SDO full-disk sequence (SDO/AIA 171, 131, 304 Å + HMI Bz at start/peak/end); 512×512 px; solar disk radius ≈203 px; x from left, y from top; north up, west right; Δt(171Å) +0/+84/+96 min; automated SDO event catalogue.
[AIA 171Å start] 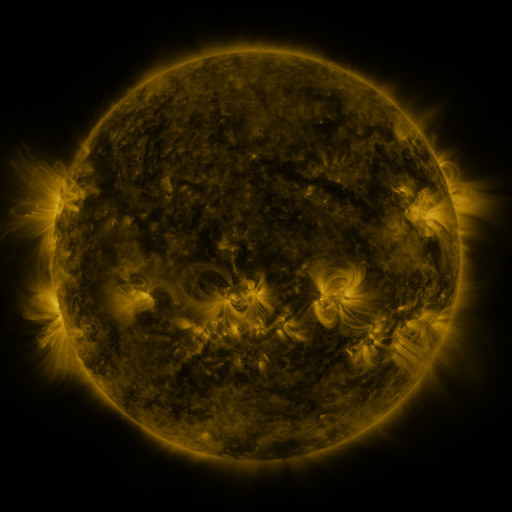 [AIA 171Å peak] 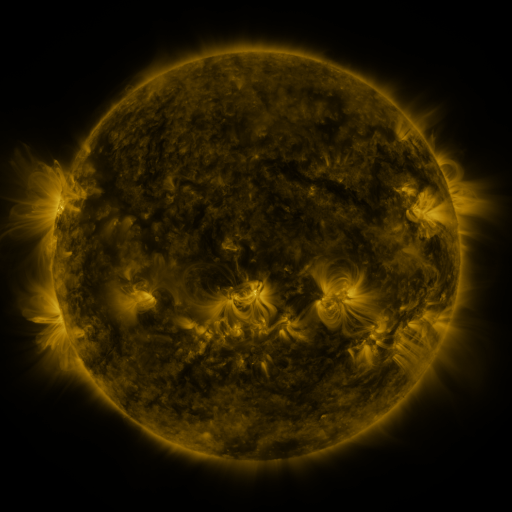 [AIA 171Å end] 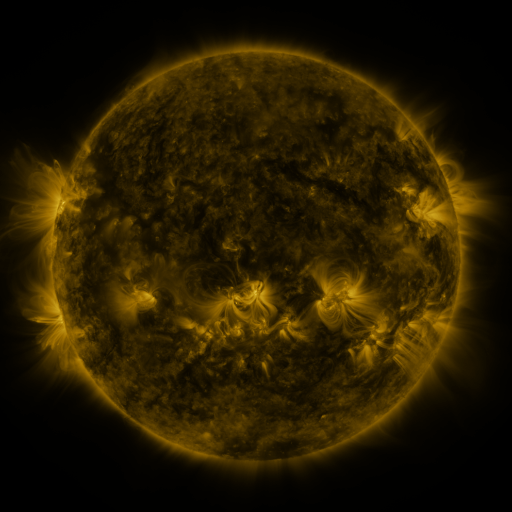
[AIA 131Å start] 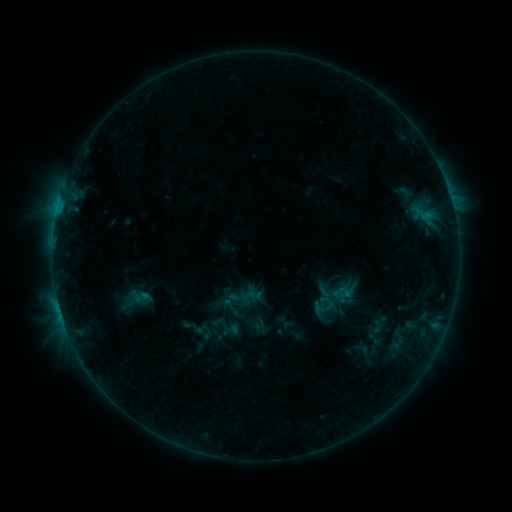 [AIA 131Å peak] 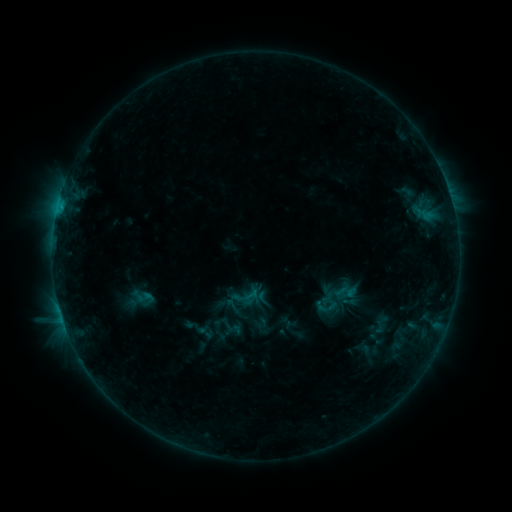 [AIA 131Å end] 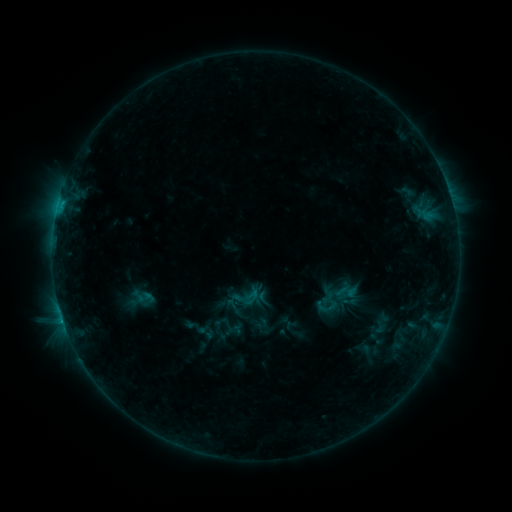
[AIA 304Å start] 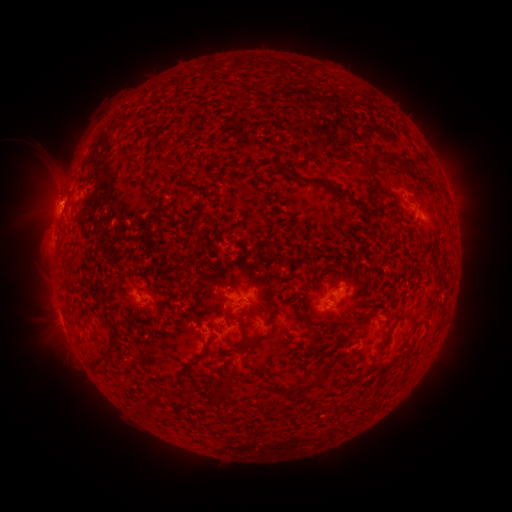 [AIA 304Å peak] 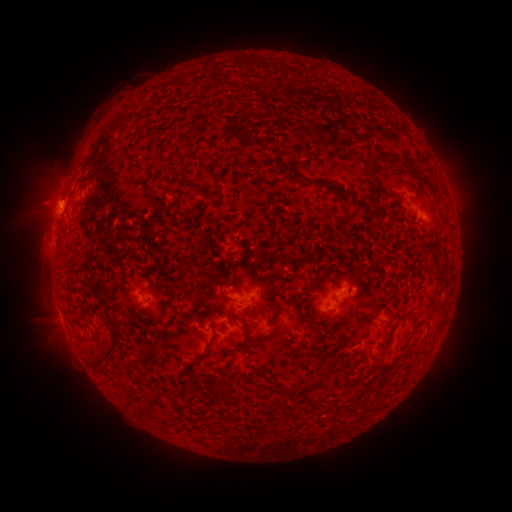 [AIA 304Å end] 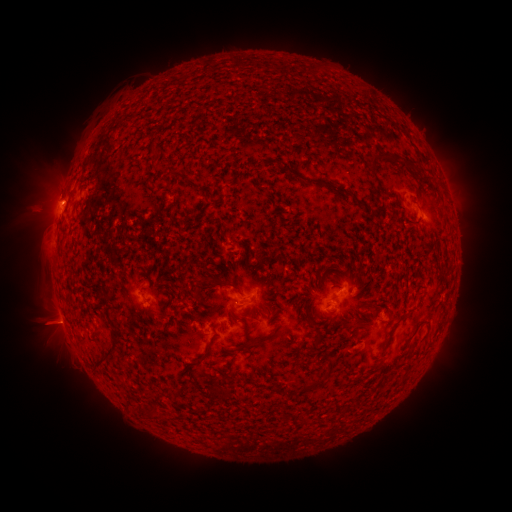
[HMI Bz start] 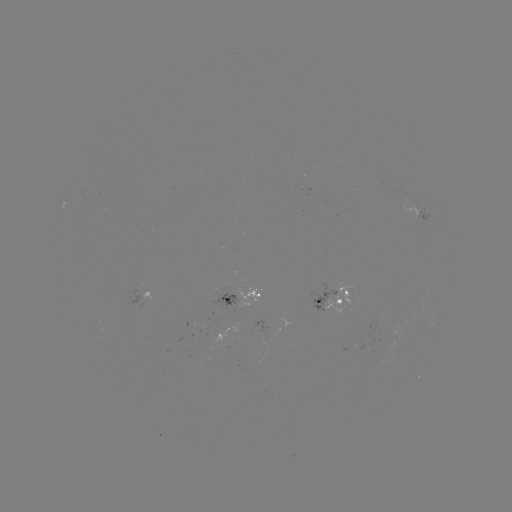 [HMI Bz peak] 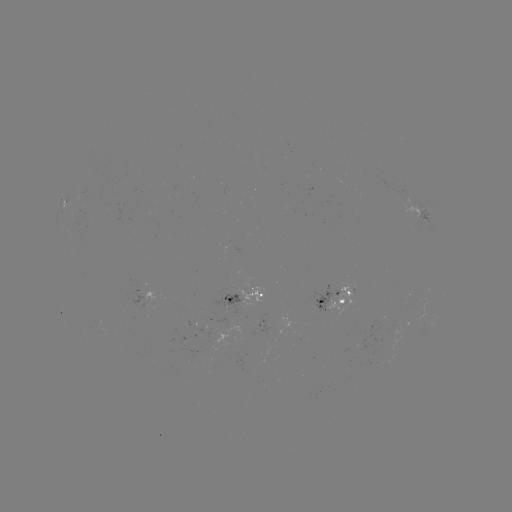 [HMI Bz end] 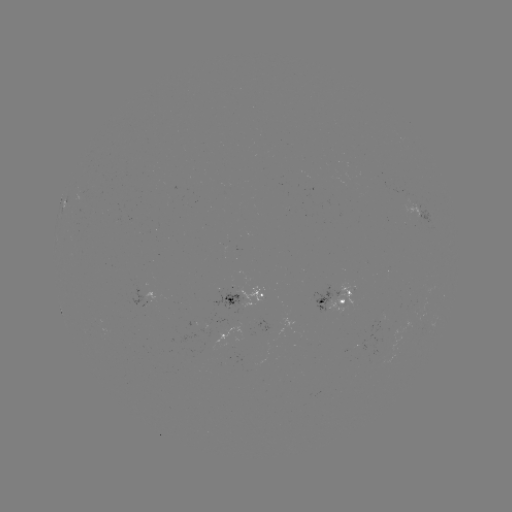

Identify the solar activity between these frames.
emerging-flux region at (146, 303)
